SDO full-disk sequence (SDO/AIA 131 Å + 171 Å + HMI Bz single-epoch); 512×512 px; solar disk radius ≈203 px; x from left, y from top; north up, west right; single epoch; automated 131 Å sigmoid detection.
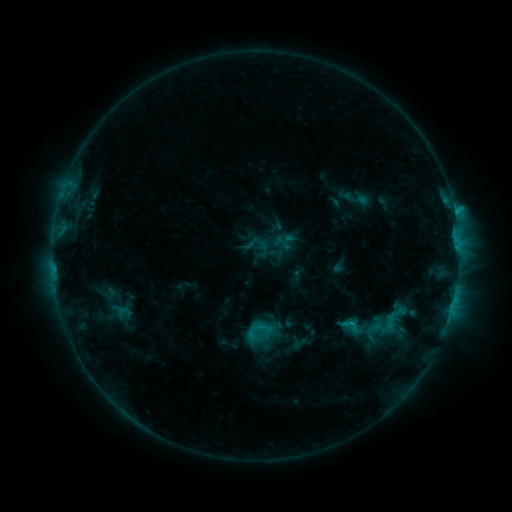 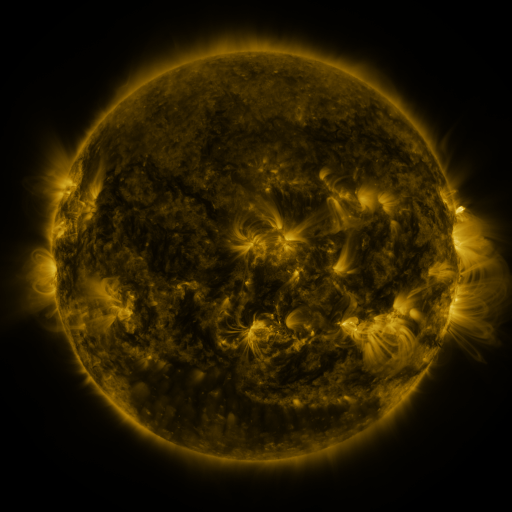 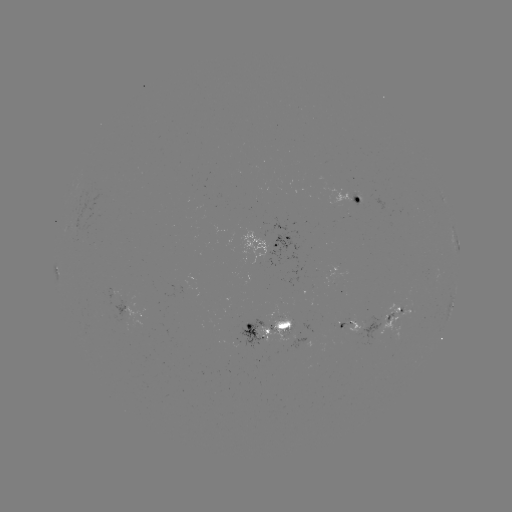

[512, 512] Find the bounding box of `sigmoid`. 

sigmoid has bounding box [251, 318, 272, 339].